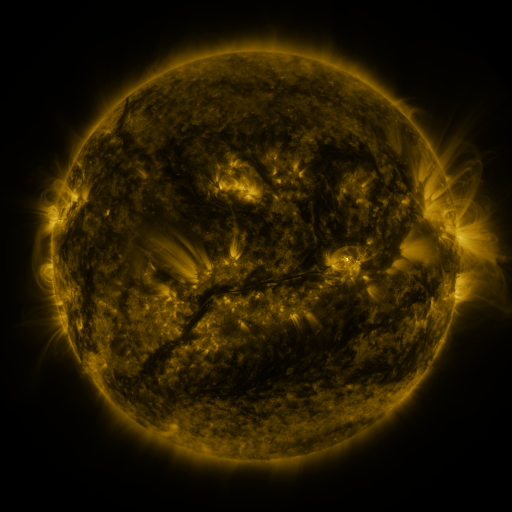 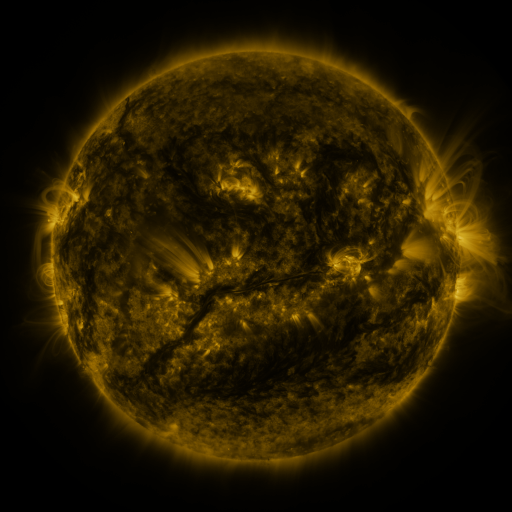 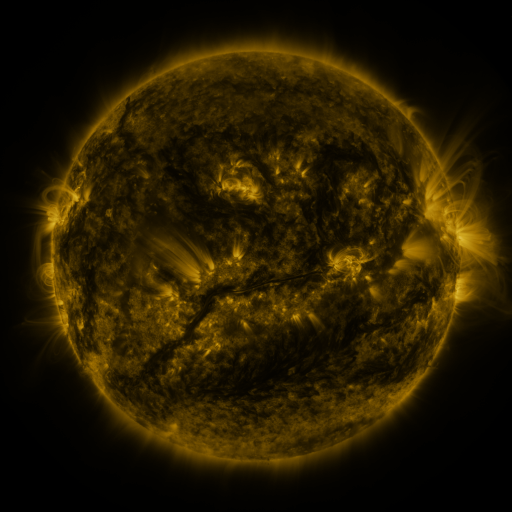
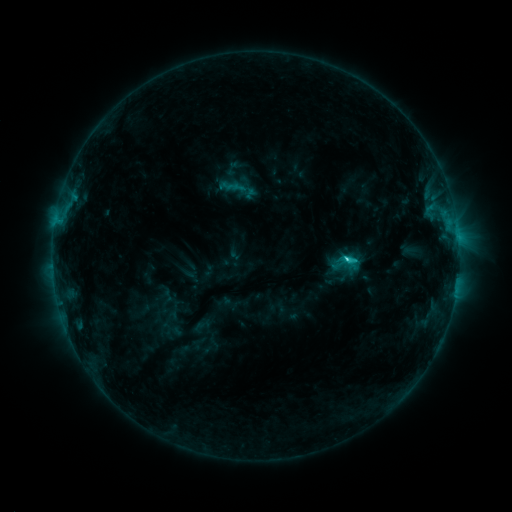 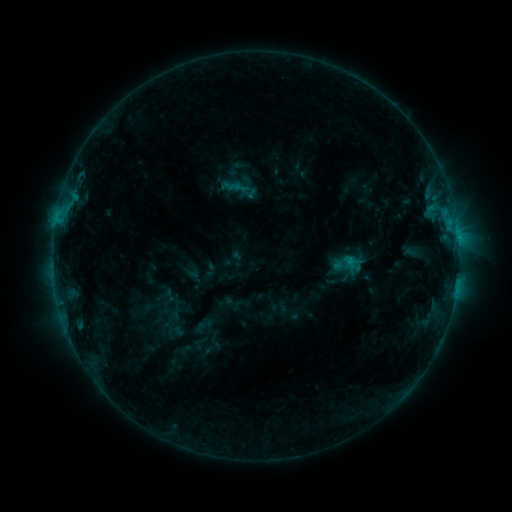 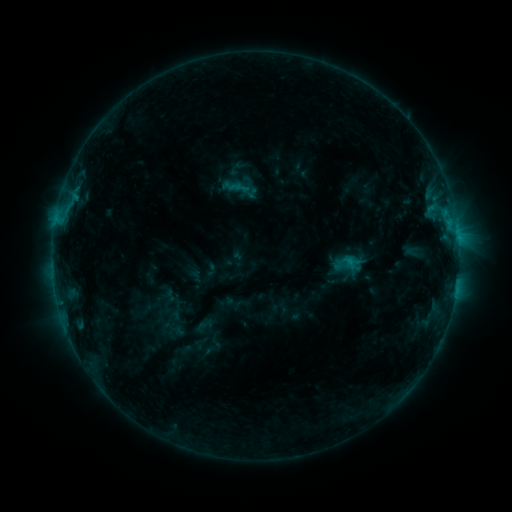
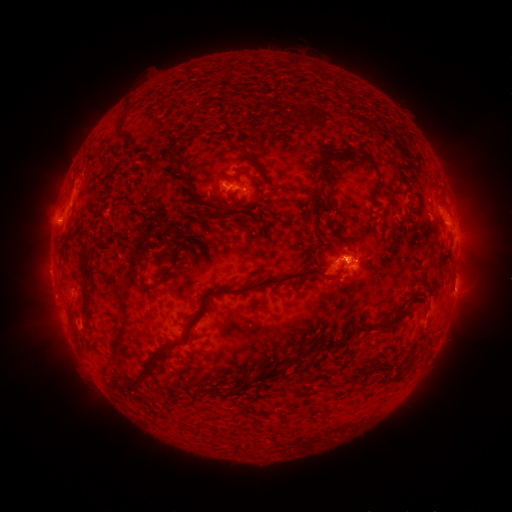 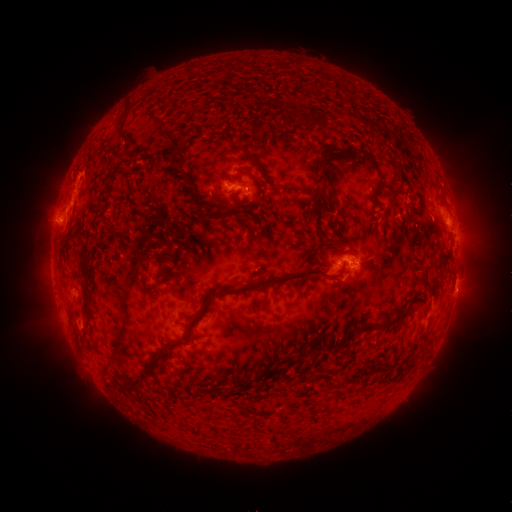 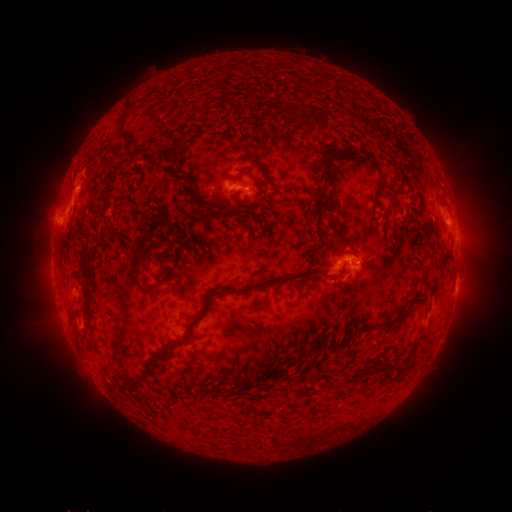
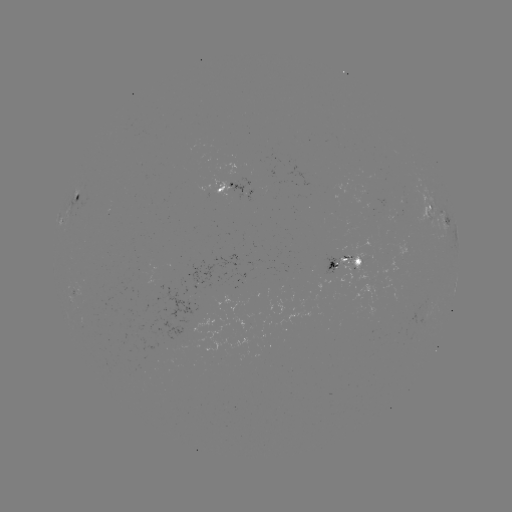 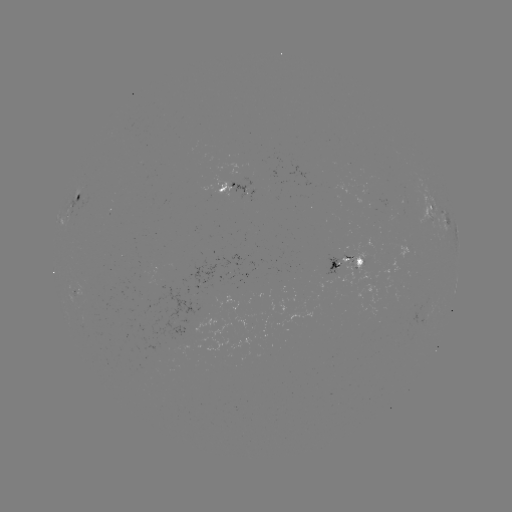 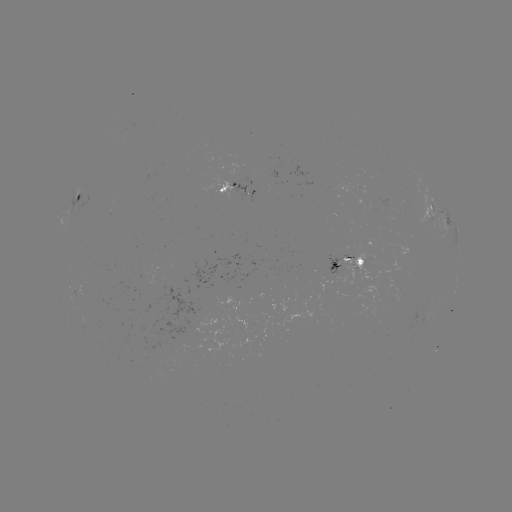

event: emerging-flux region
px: (332, 274)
